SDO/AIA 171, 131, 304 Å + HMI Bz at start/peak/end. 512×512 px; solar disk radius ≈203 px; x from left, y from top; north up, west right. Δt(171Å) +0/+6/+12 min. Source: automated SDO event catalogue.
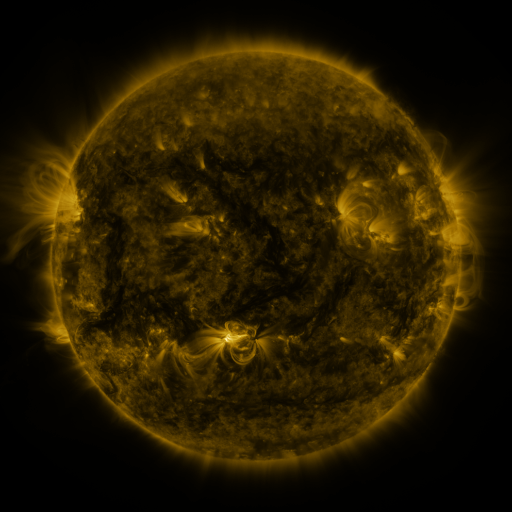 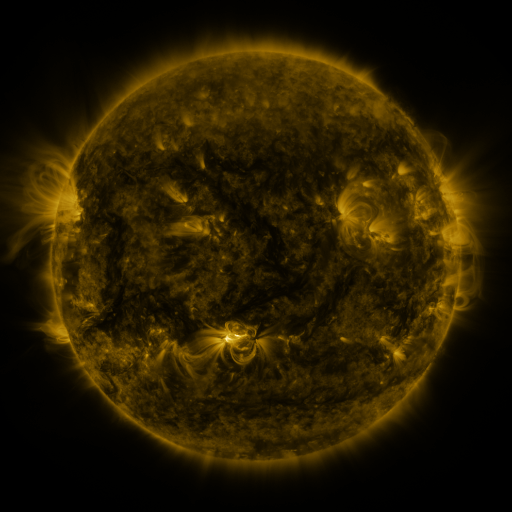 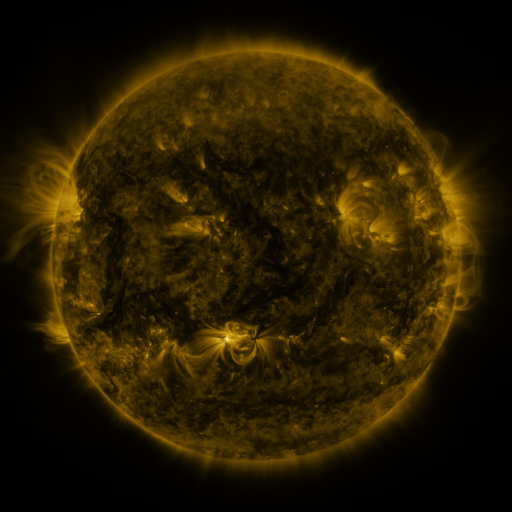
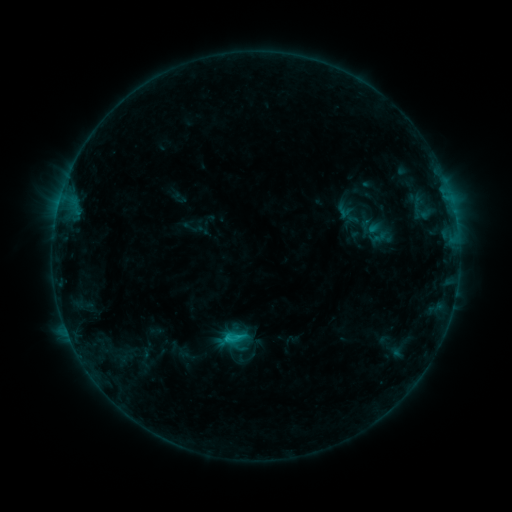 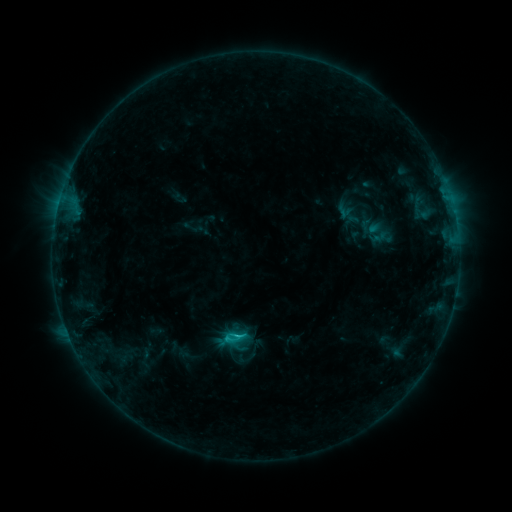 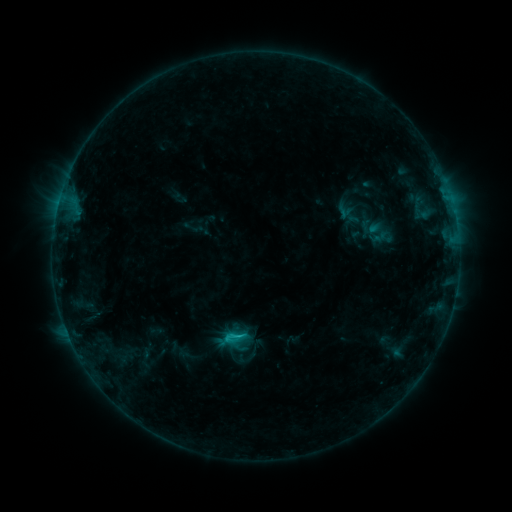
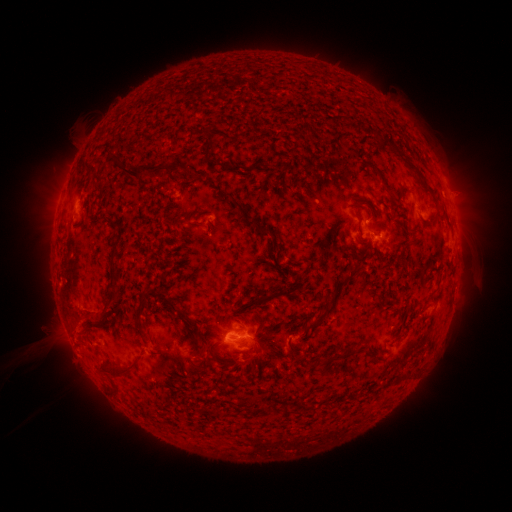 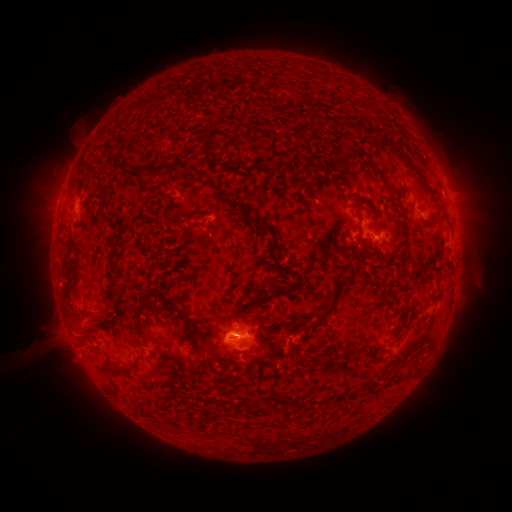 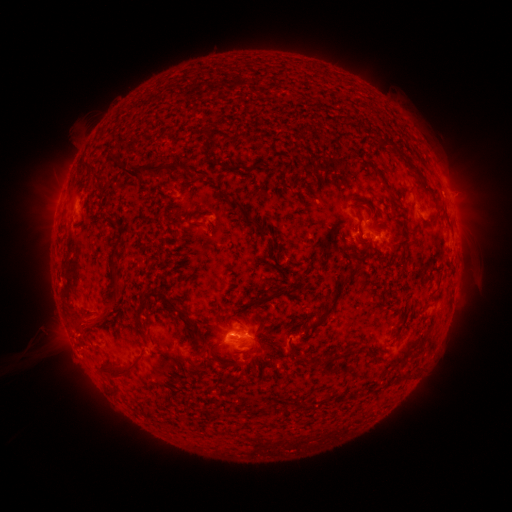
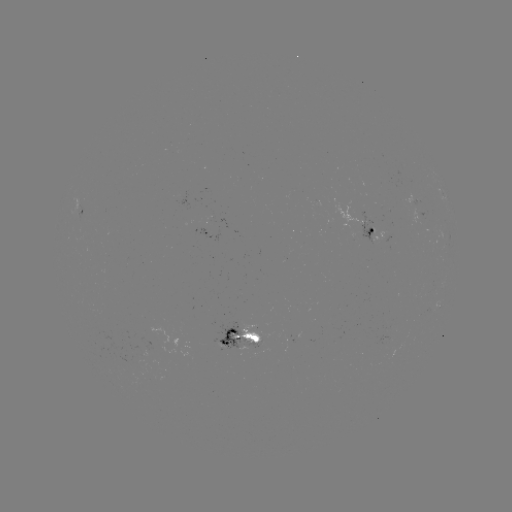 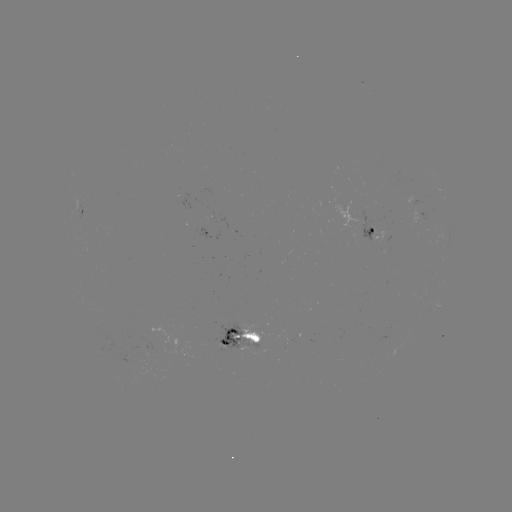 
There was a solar flare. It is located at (238, 333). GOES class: C1.0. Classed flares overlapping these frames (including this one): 1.